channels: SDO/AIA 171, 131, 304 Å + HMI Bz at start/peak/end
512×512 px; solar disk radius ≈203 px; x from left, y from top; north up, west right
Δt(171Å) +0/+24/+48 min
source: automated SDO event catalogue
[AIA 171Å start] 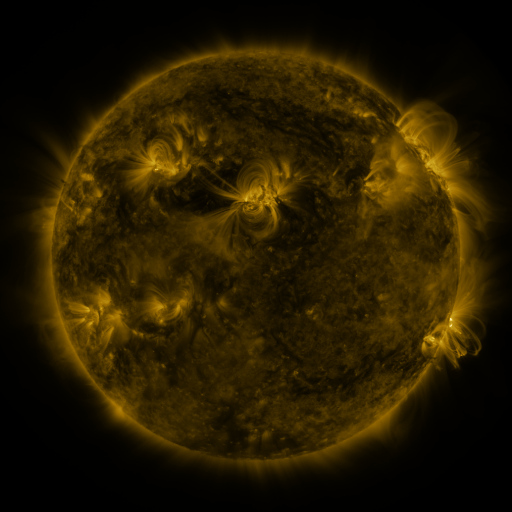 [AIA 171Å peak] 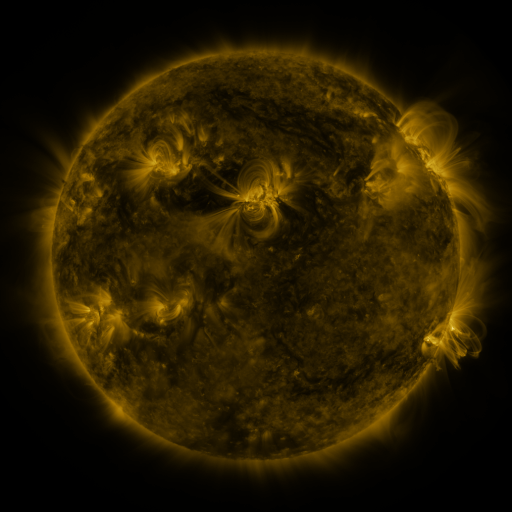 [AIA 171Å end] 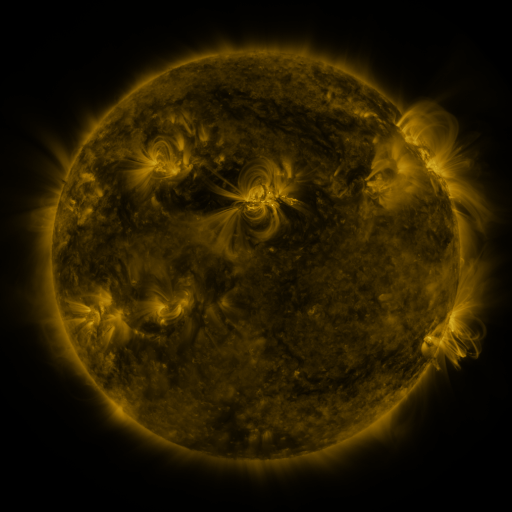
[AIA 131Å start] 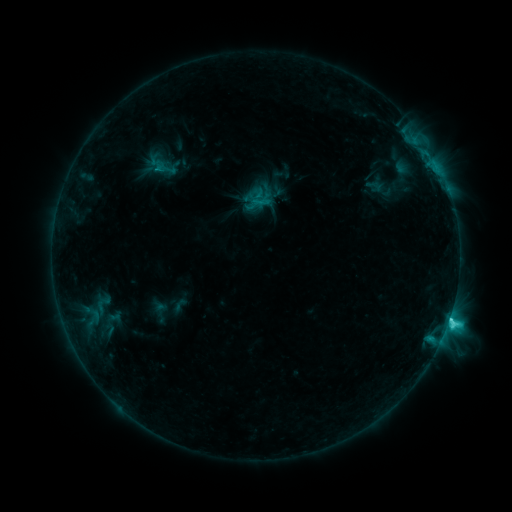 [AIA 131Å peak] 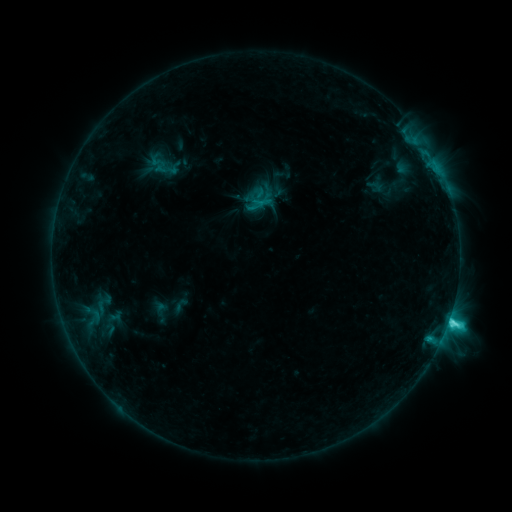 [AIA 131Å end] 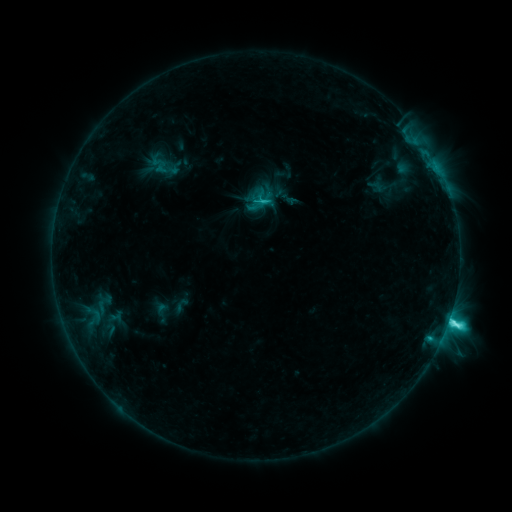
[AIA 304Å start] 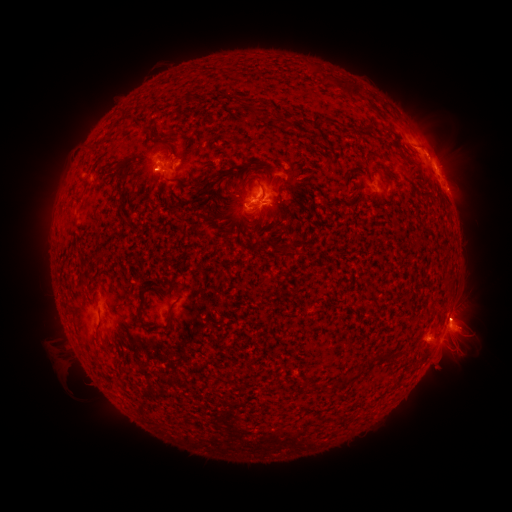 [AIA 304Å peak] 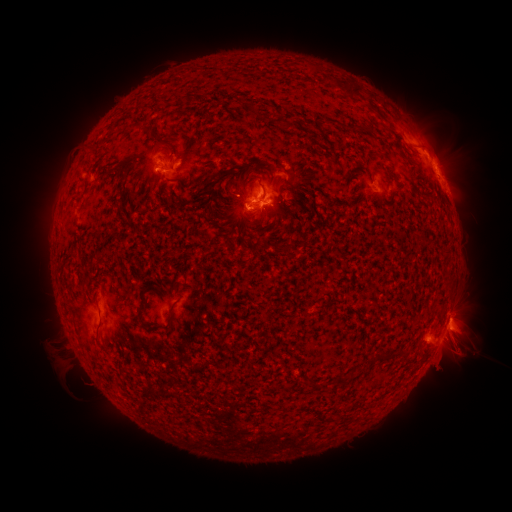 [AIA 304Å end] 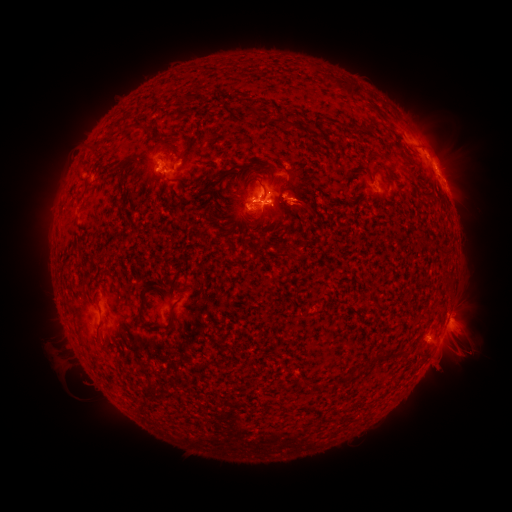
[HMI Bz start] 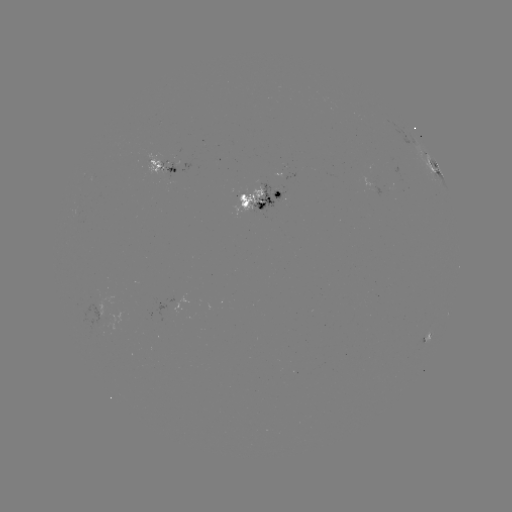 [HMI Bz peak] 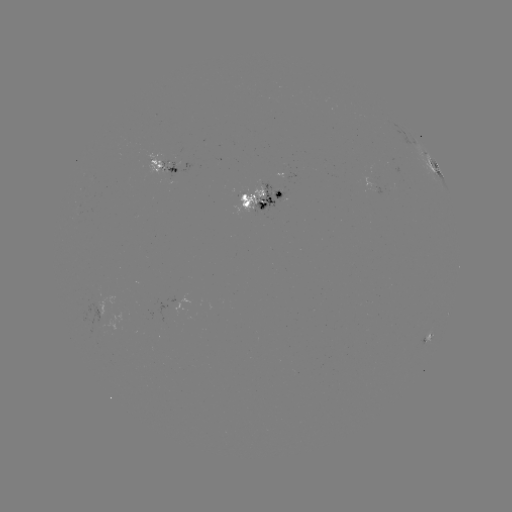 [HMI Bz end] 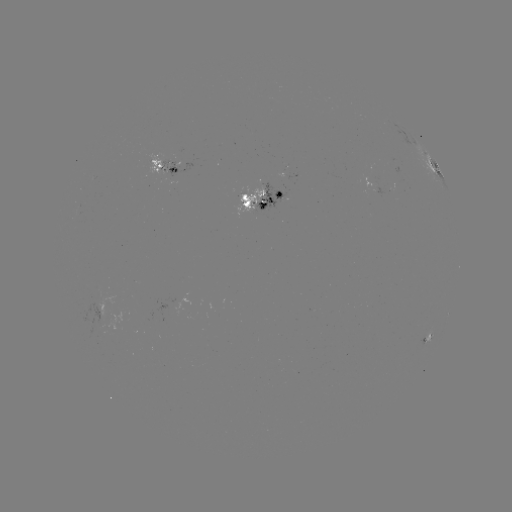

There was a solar emerging-flux region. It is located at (99, 318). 